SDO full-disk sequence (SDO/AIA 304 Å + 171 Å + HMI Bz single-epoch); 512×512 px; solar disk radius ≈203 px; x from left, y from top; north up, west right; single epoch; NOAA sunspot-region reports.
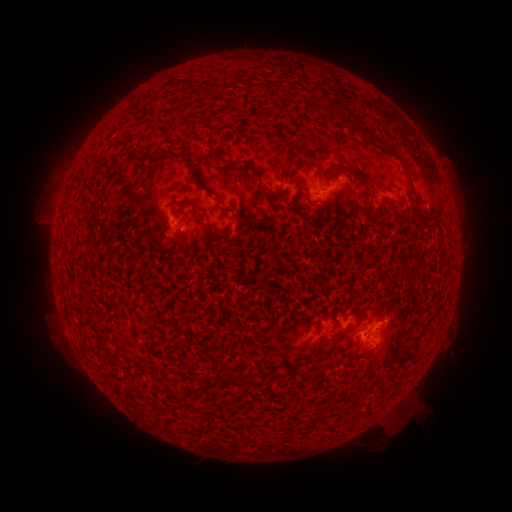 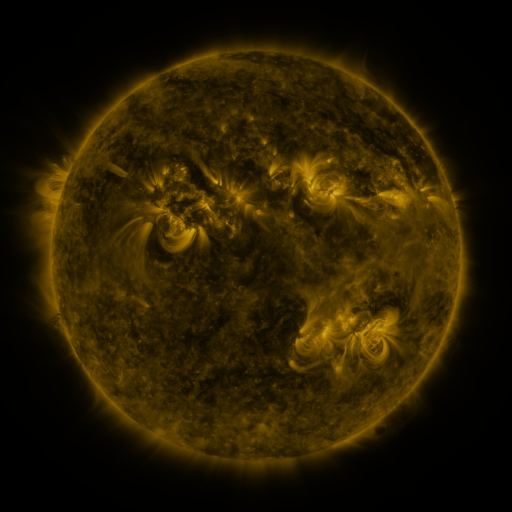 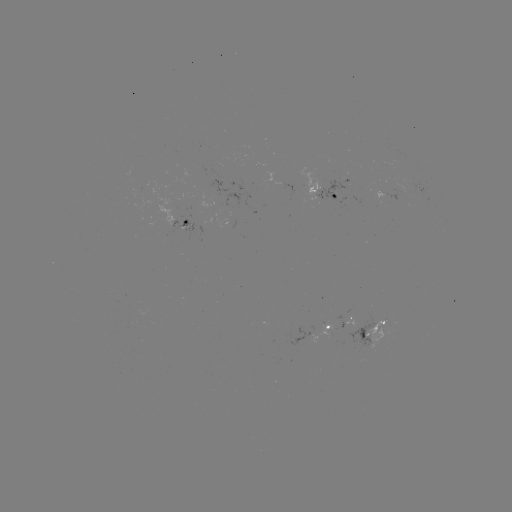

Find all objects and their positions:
spotted active region: (325, 192)
spotted active region: (187, 223)
spotted active region: (350, 318)
spotted active region: (373, 328)
spotted active region: (338, 332)
